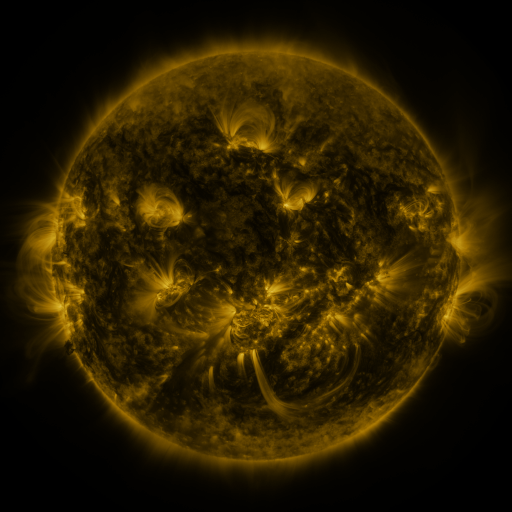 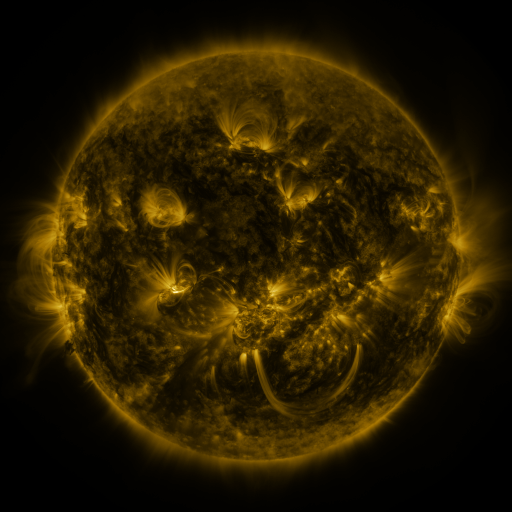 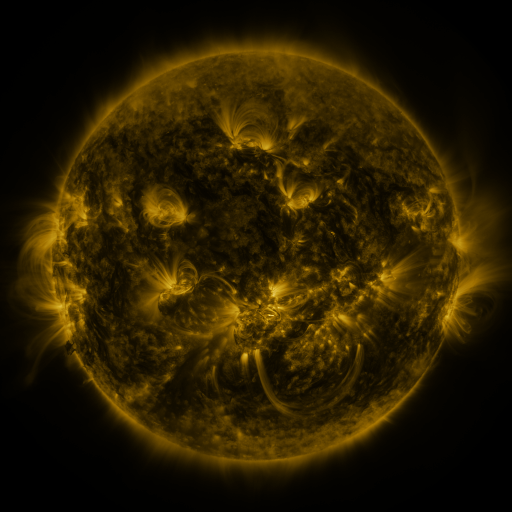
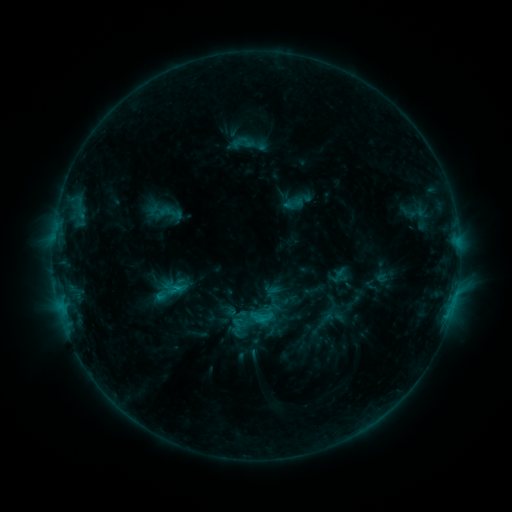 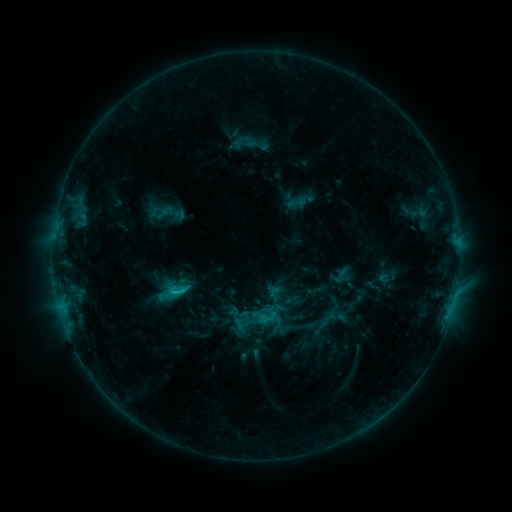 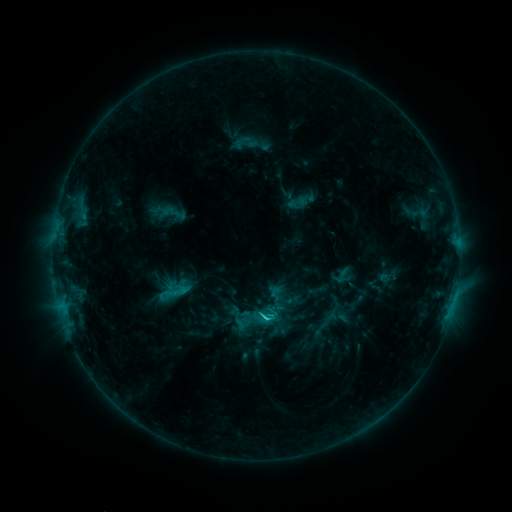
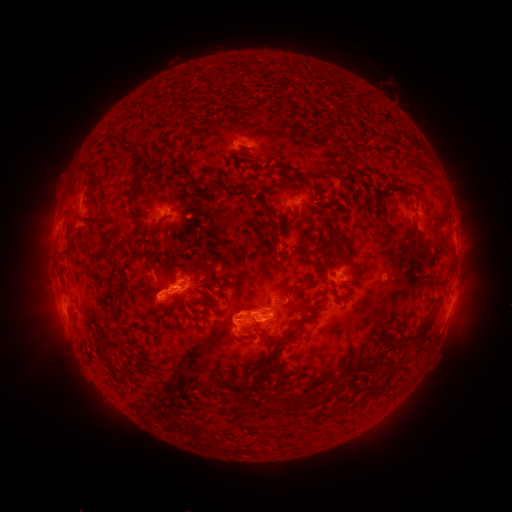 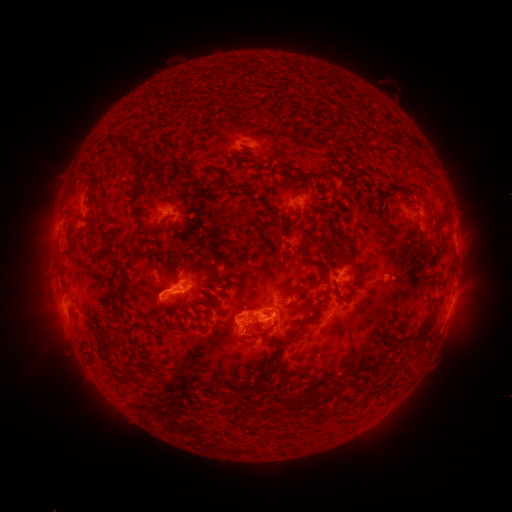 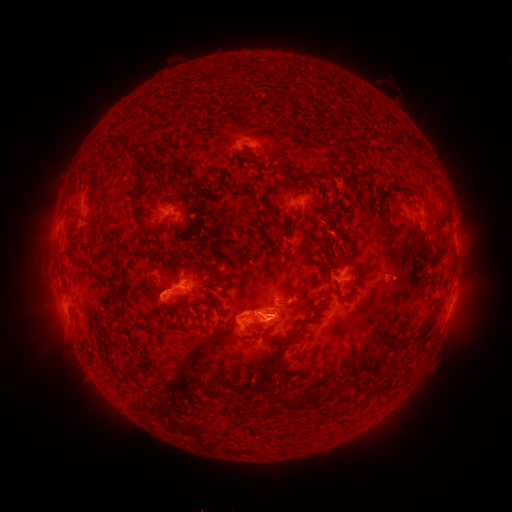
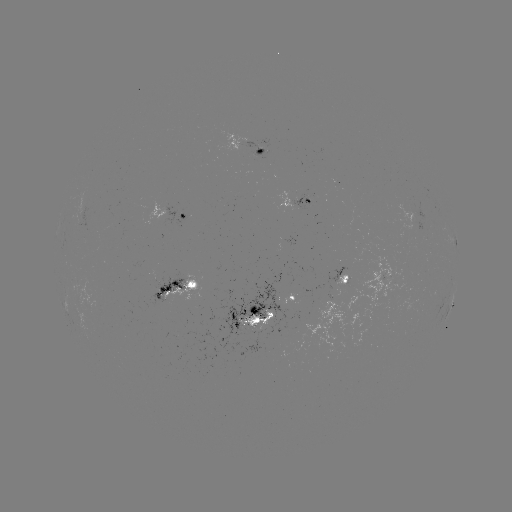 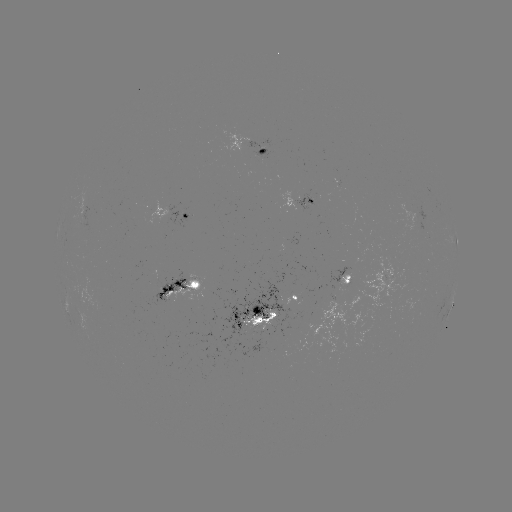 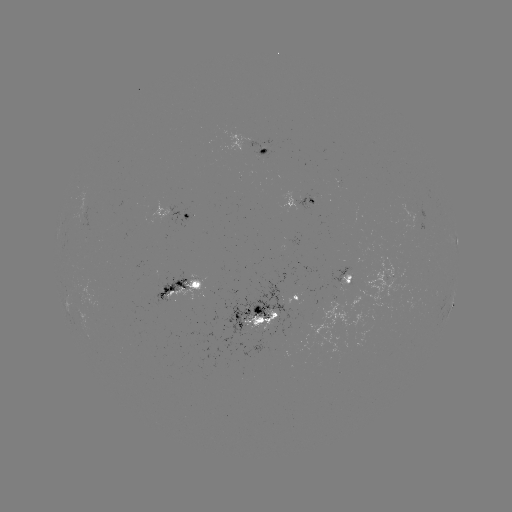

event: emerging-flux region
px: (261, 327)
